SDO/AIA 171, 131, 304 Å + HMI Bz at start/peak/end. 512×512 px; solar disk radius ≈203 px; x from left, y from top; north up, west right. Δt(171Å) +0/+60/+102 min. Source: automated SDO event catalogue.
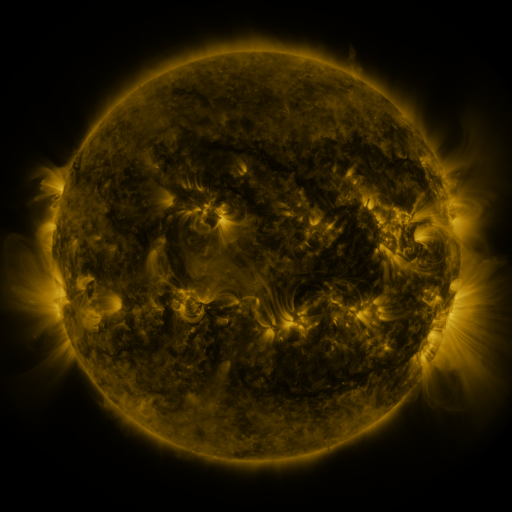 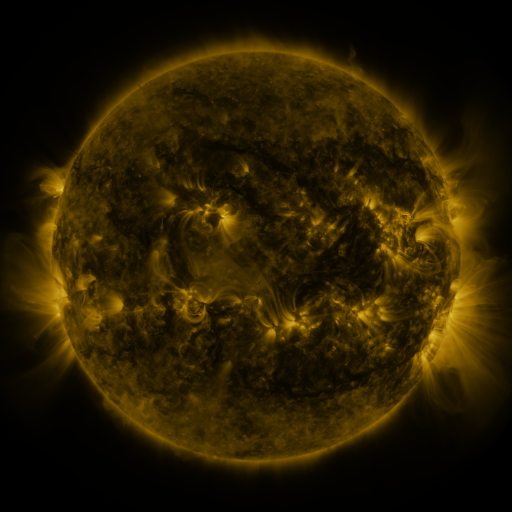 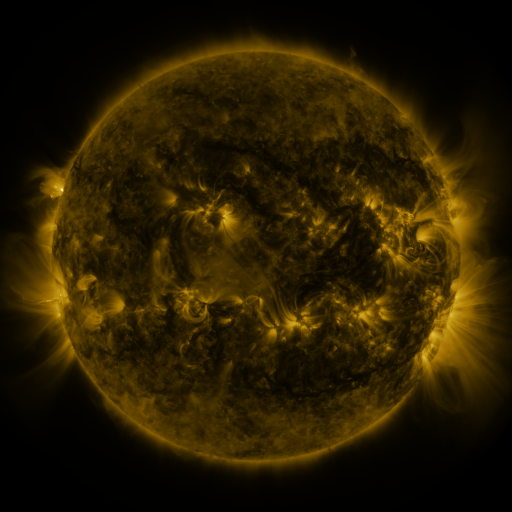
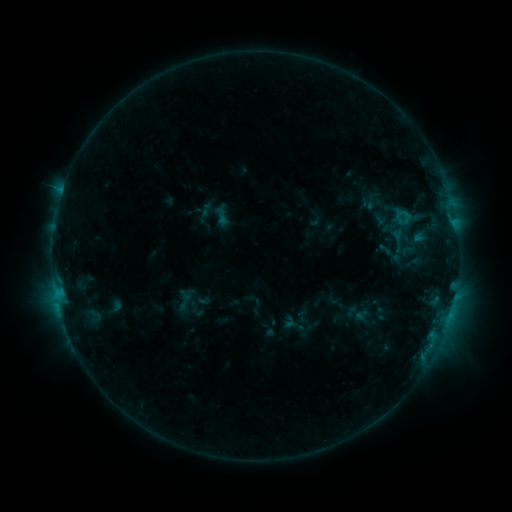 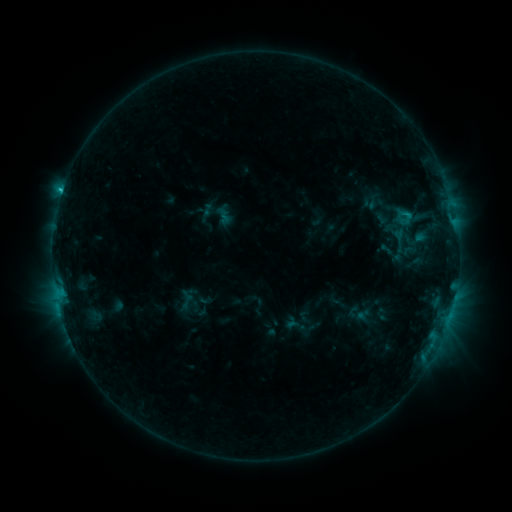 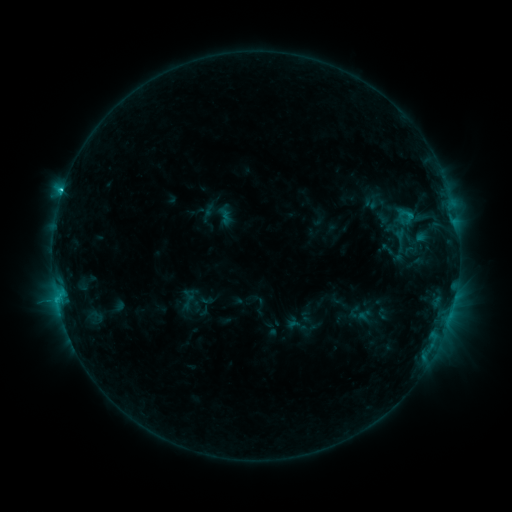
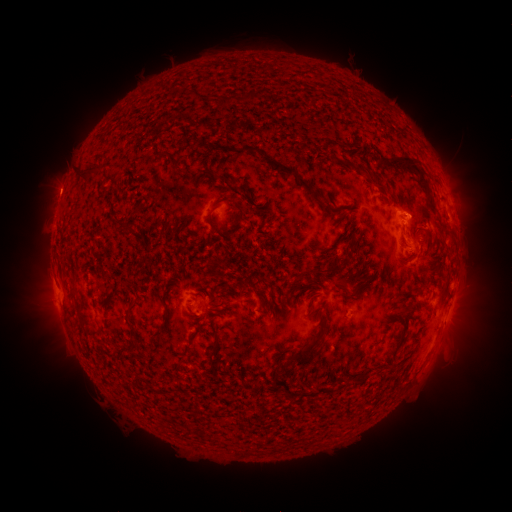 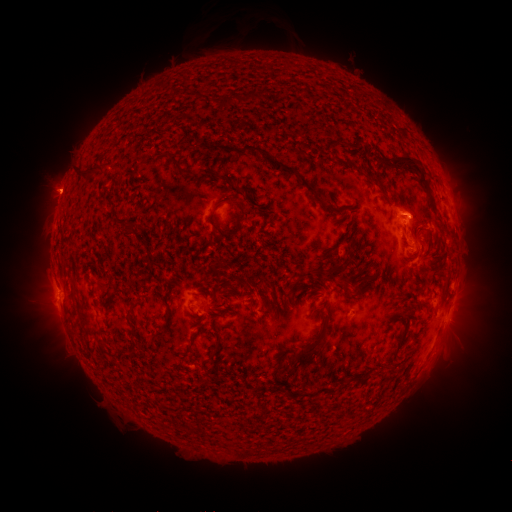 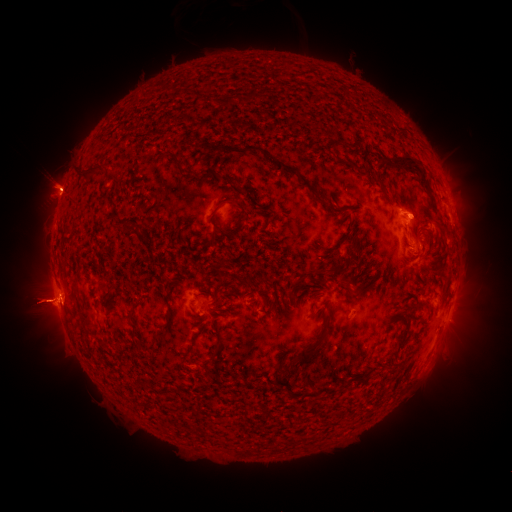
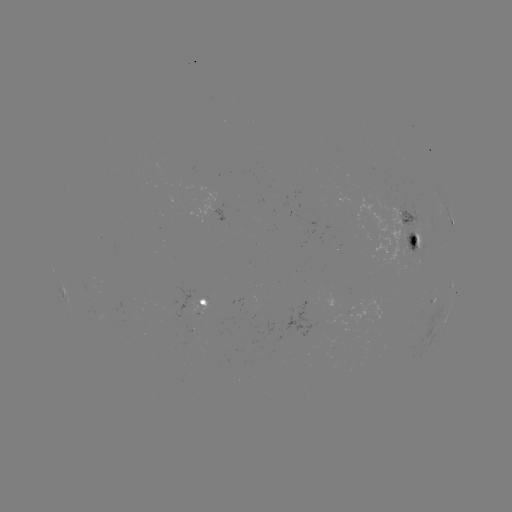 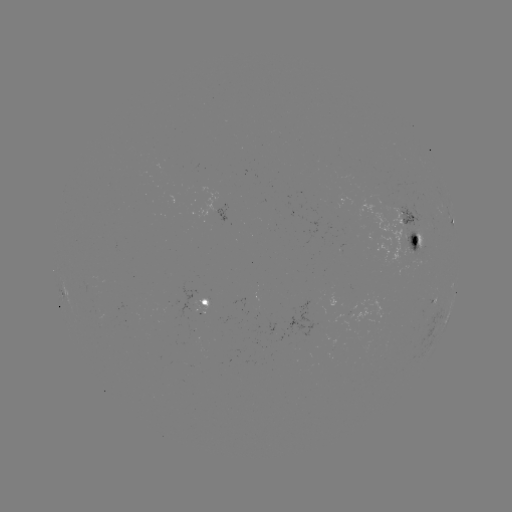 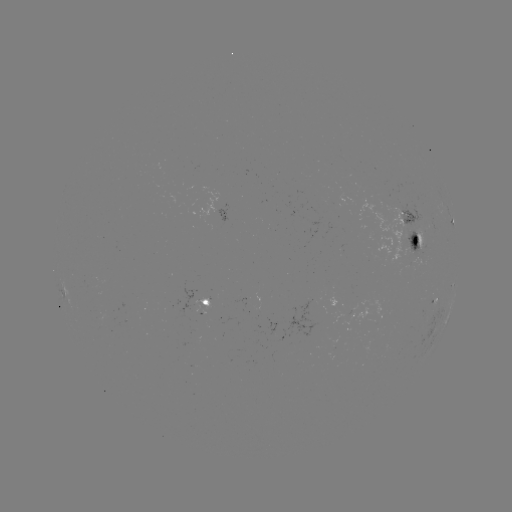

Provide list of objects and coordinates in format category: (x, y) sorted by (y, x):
emerging-flux region: (250, 303)
